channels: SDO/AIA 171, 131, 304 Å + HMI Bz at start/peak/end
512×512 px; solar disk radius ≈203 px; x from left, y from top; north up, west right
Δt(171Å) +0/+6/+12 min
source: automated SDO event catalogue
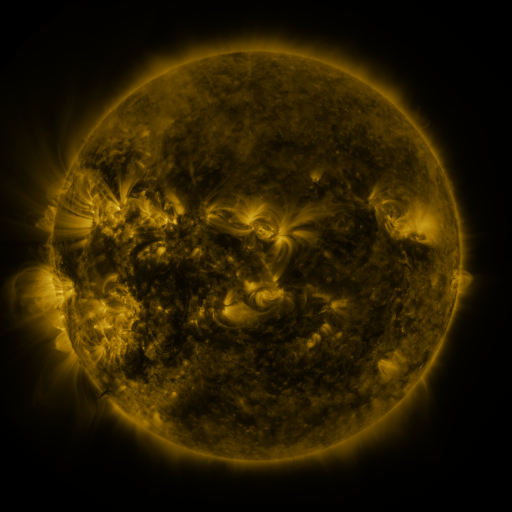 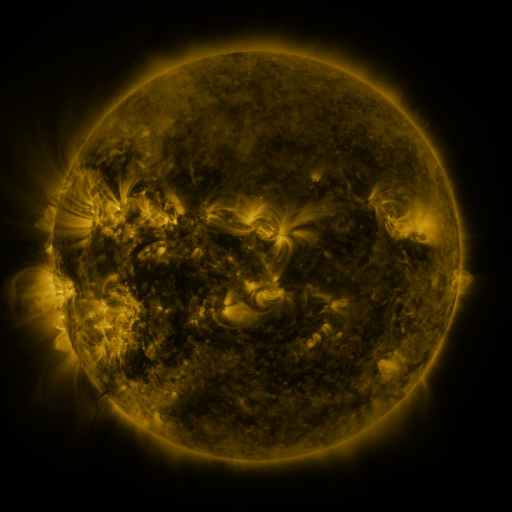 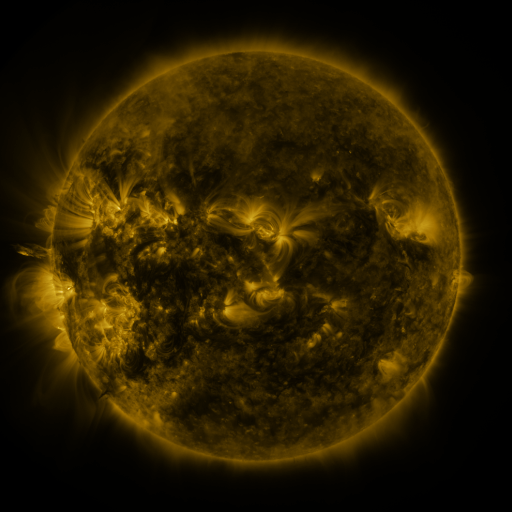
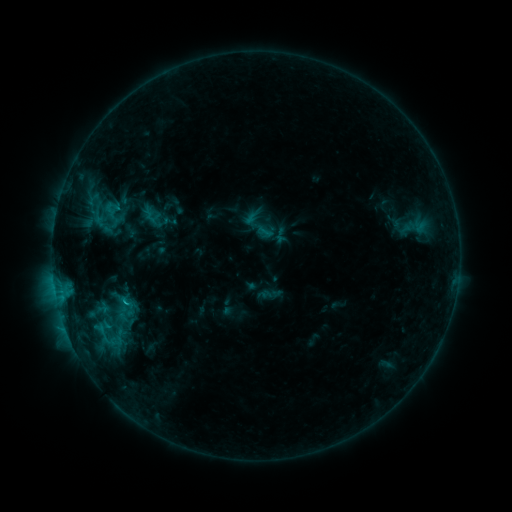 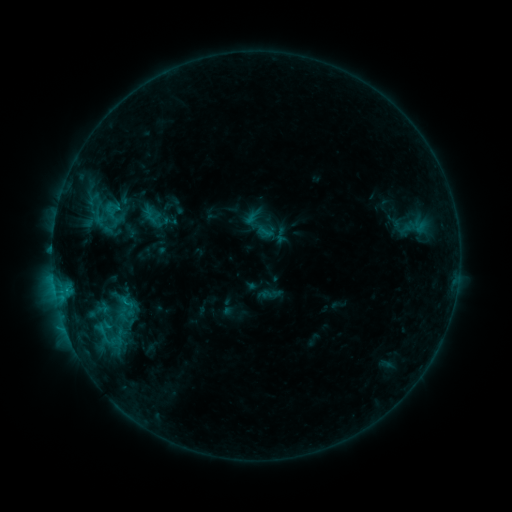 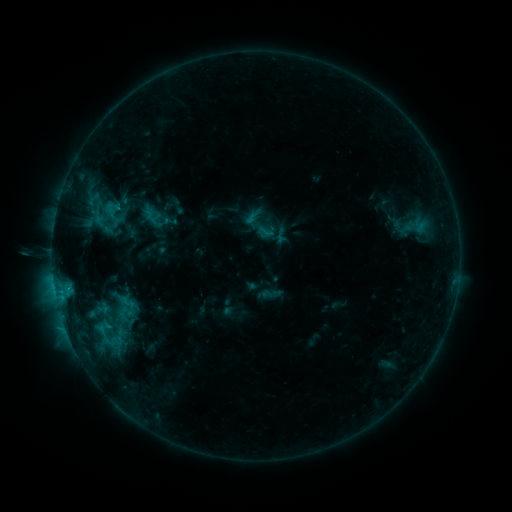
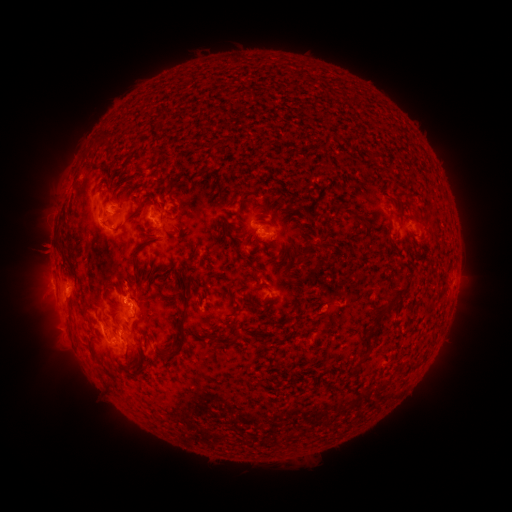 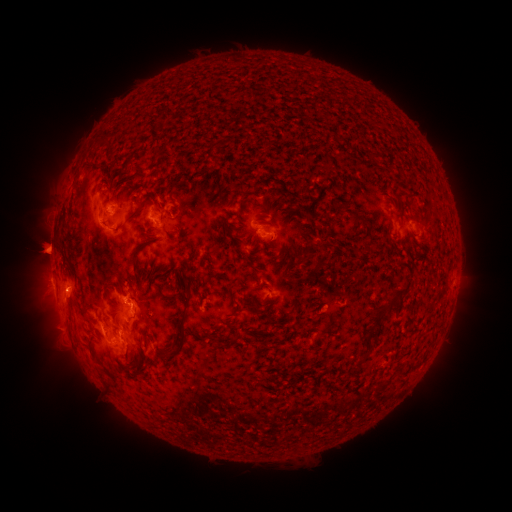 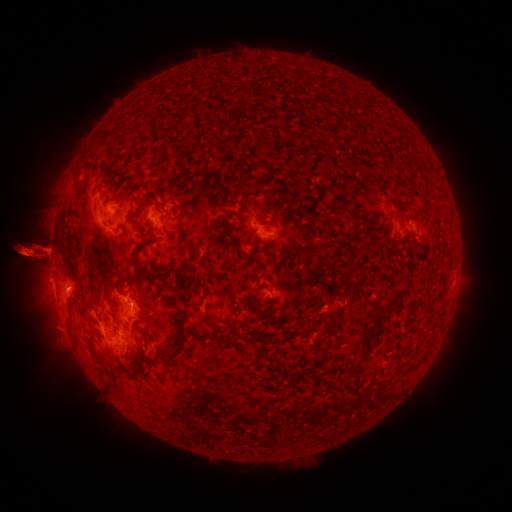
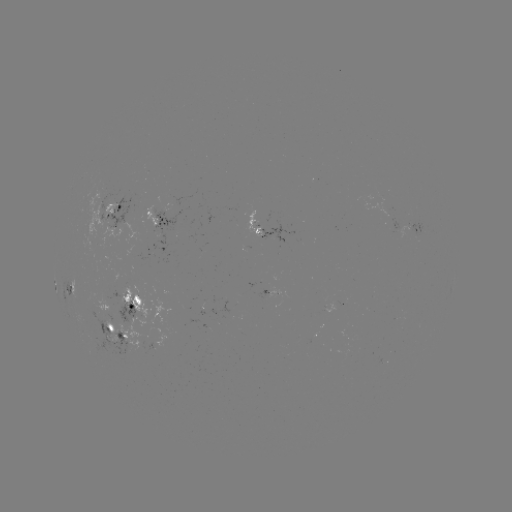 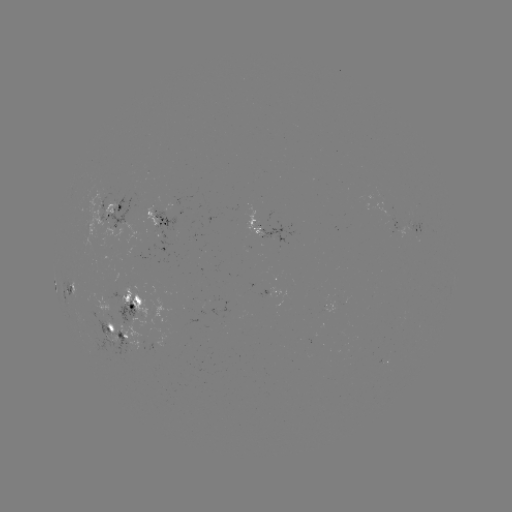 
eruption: (3, 194, 105, 316)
